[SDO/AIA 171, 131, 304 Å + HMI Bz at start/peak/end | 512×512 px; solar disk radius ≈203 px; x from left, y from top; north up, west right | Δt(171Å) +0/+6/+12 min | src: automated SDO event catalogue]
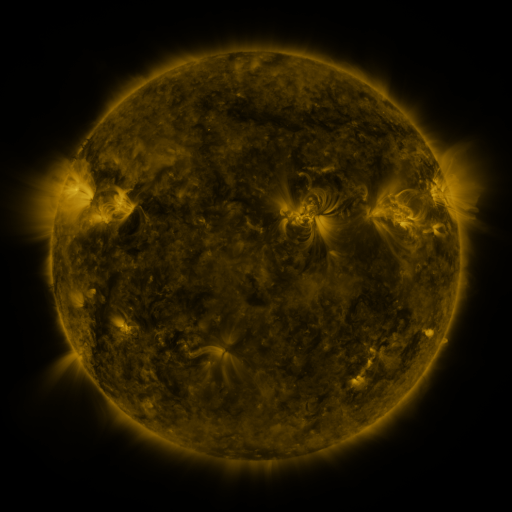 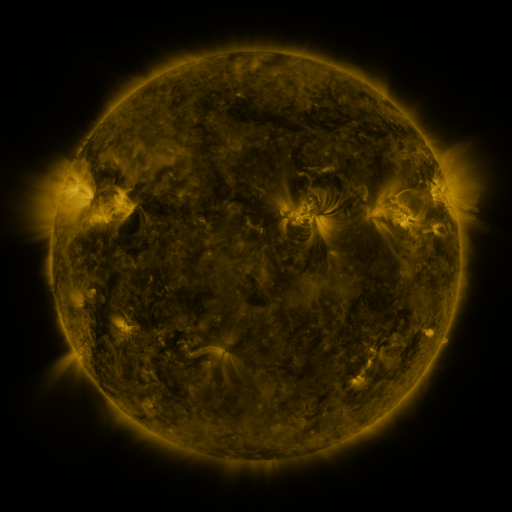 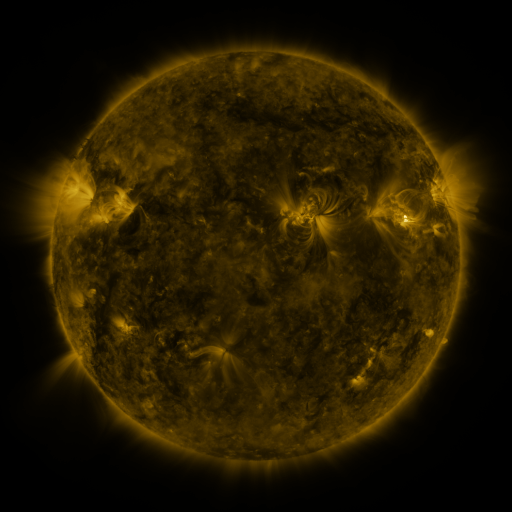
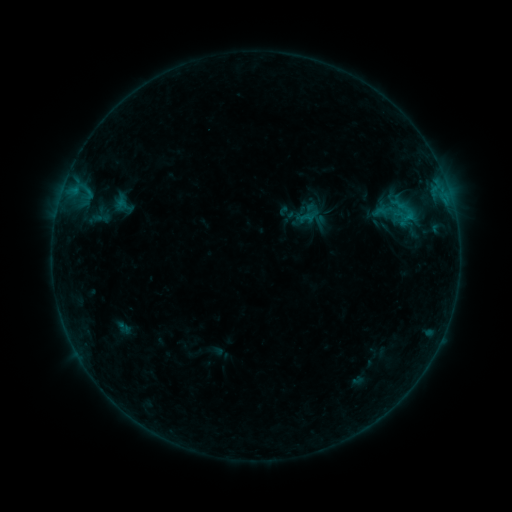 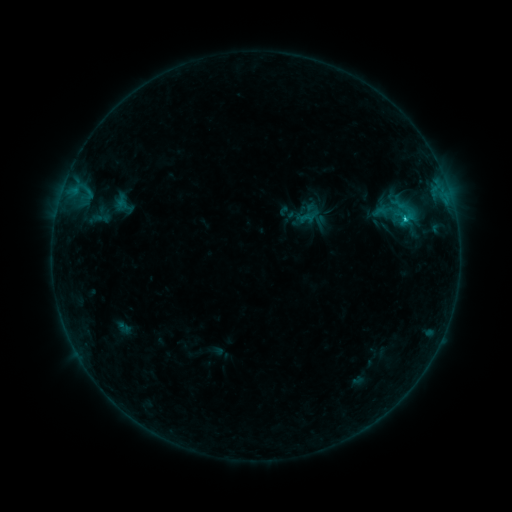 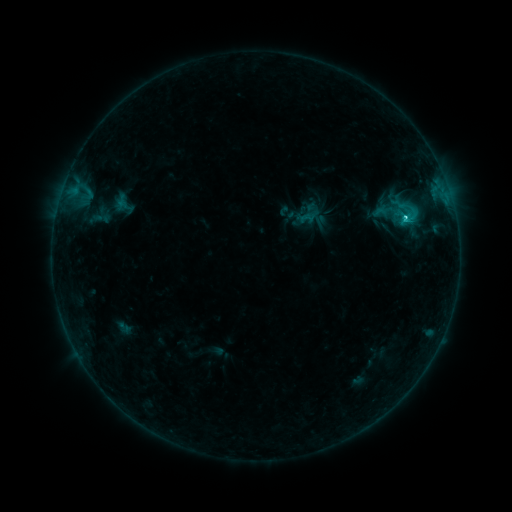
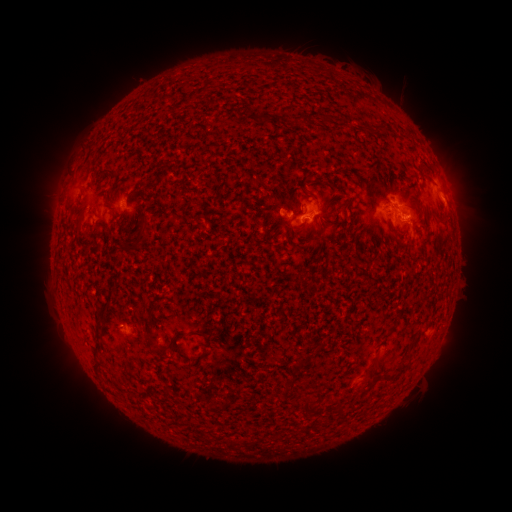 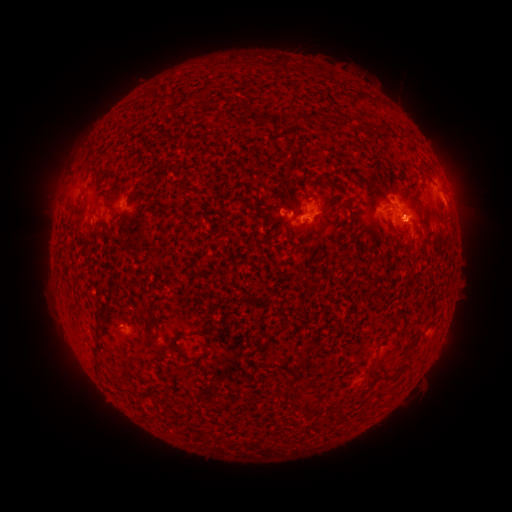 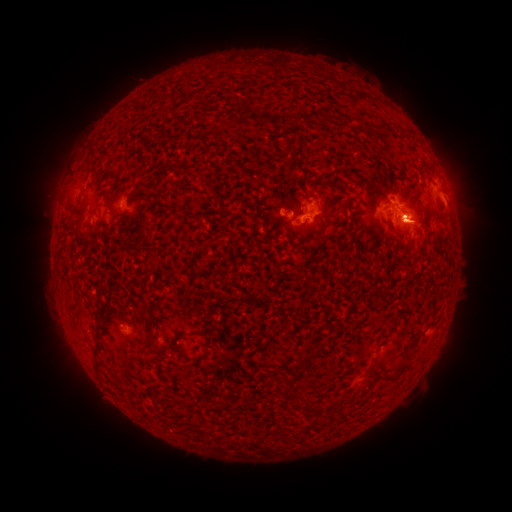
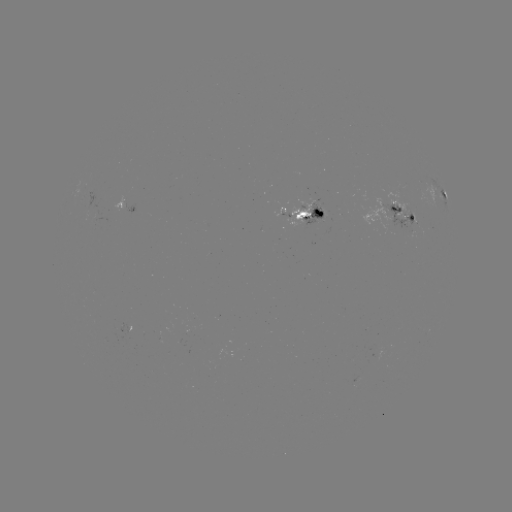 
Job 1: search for C3.2 flare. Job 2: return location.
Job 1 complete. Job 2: (405, 220).